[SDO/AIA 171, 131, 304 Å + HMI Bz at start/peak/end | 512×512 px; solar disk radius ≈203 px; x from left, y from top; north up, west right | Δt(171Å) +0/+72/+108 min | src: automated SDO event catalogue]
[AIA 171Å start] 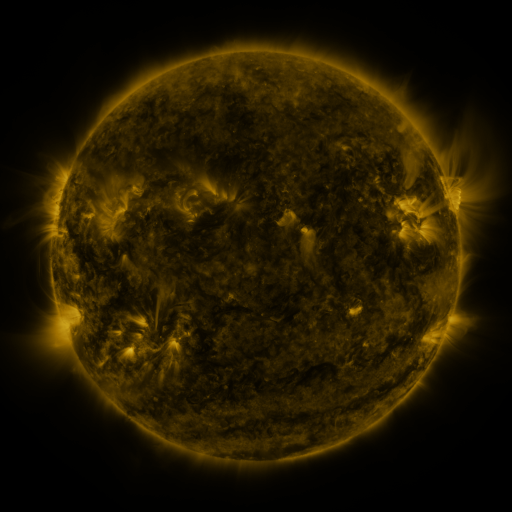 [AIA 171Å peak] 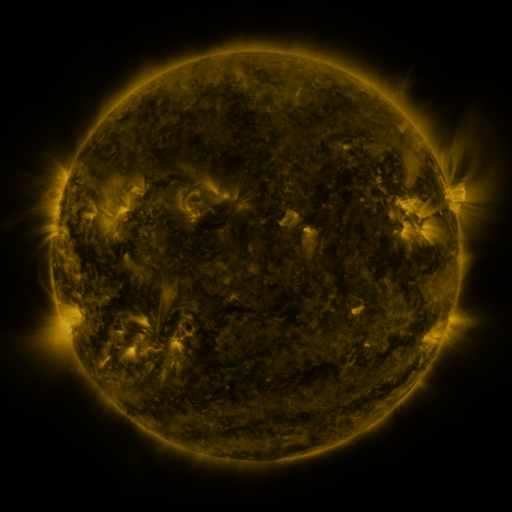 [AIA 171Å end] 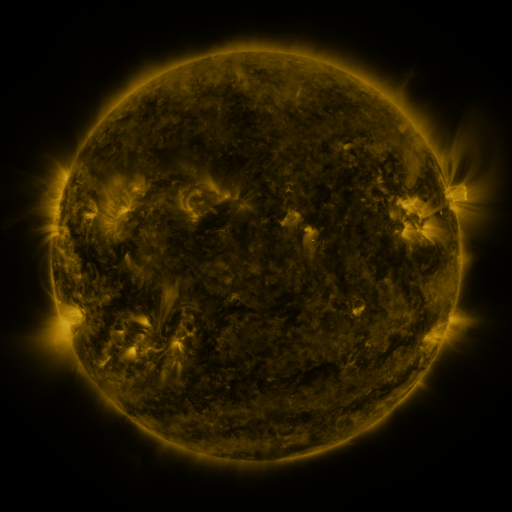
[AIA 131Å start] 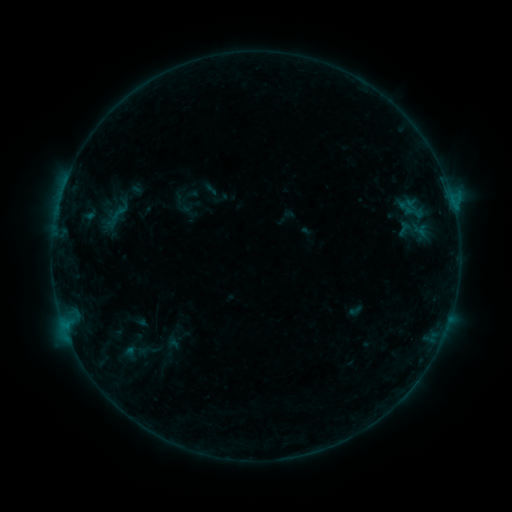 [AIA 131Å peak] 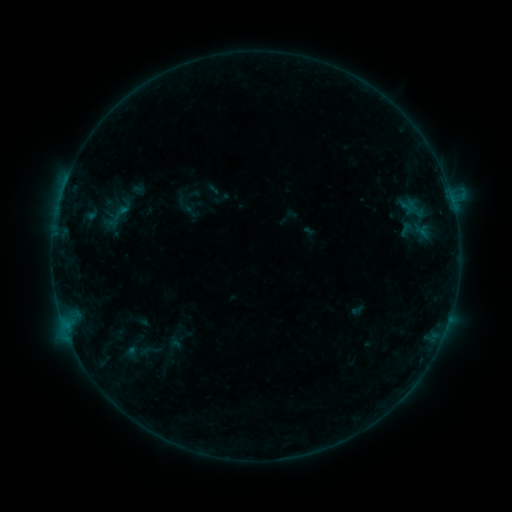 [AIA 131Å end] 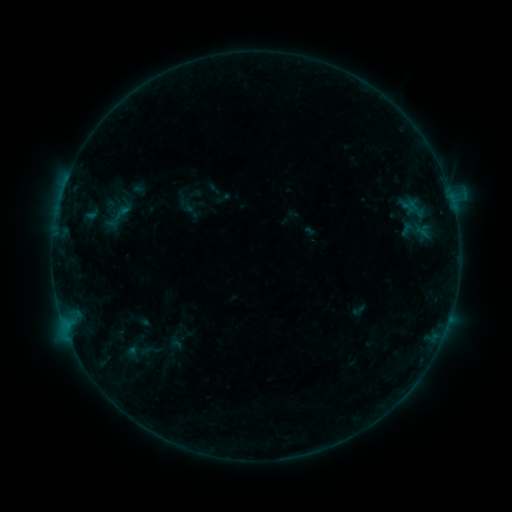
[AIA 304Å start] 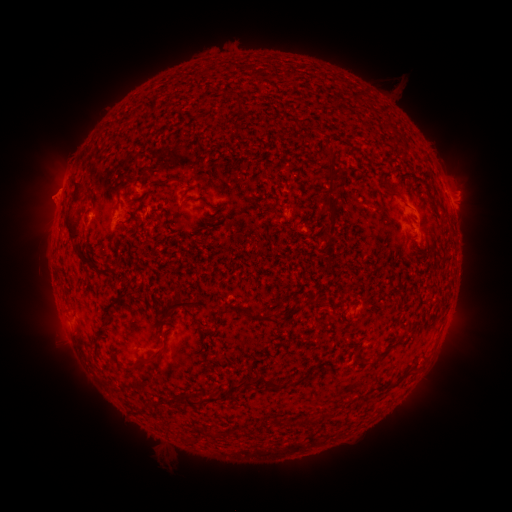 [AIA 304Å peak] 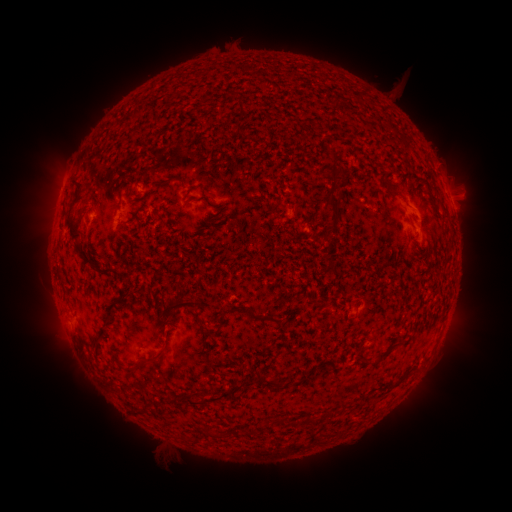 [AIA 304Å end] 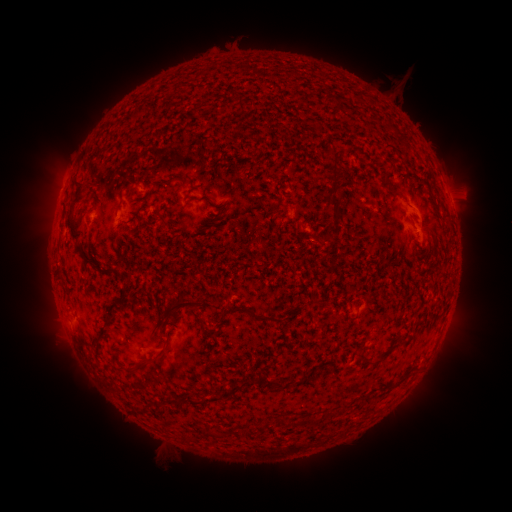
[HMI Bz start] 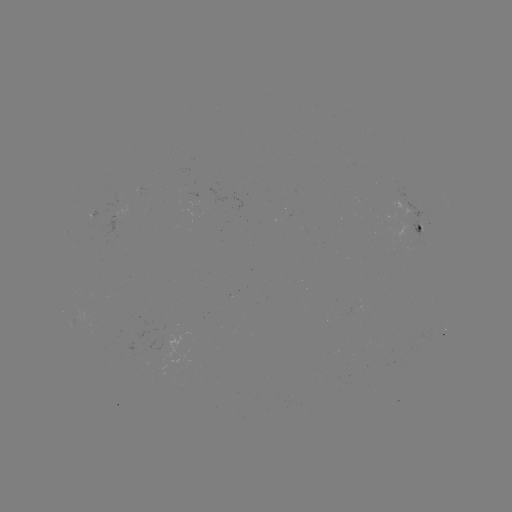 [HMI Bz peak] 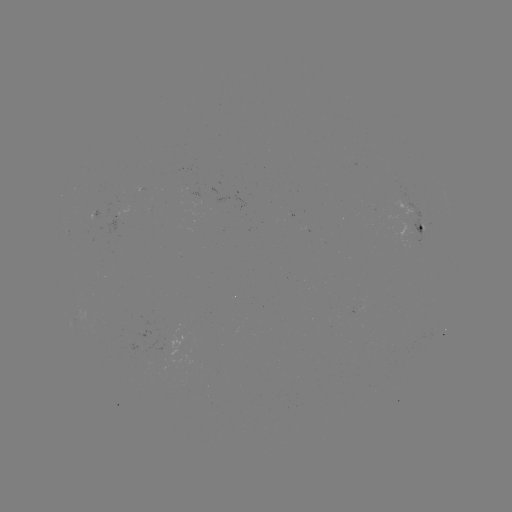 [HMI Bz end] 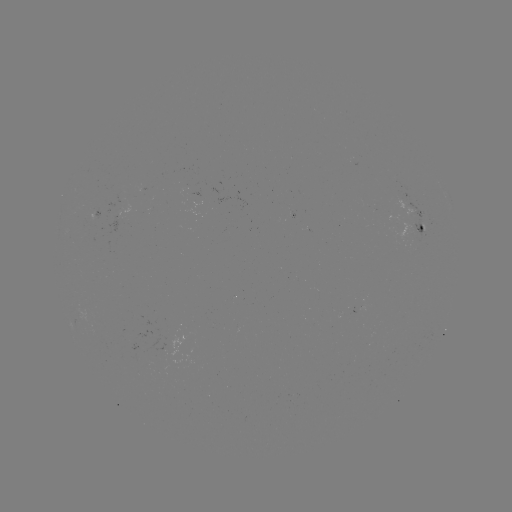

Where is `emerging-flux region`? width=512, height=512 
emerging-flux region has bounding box [346, 162, 358, 167].